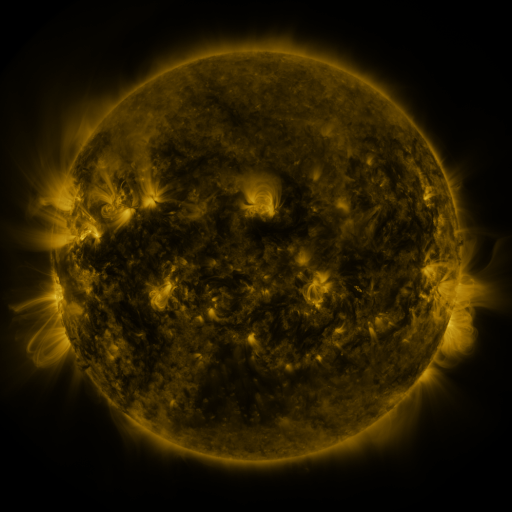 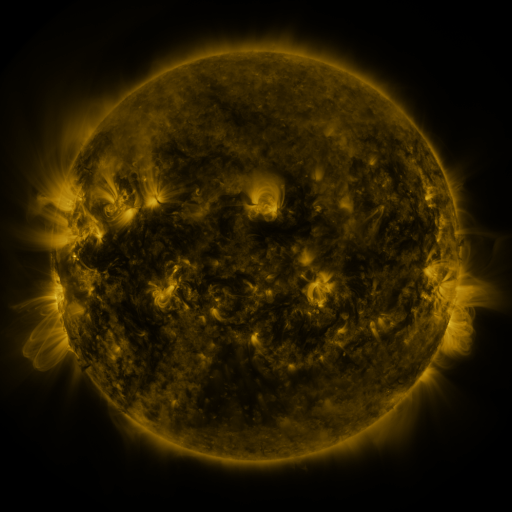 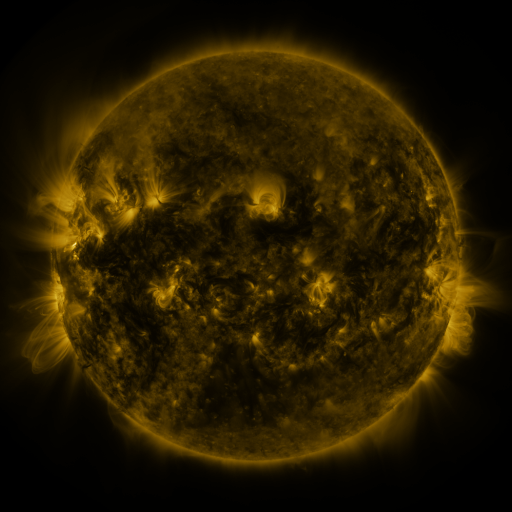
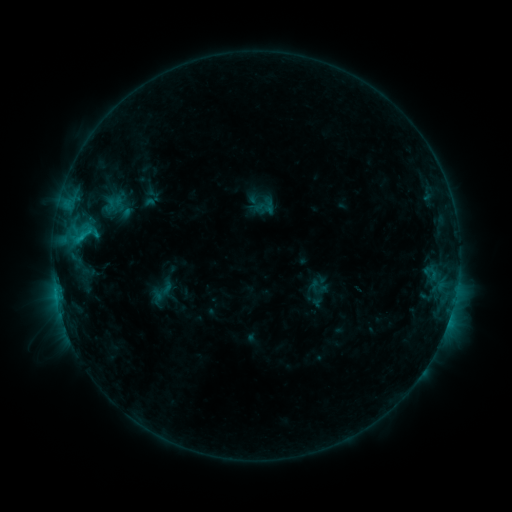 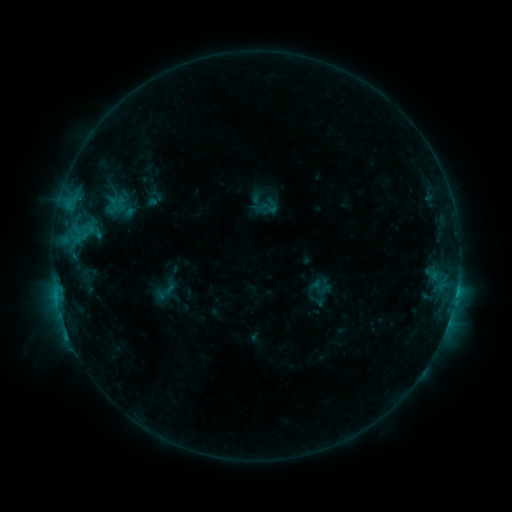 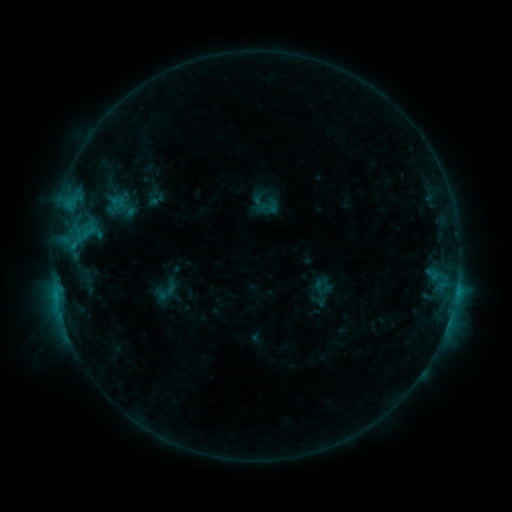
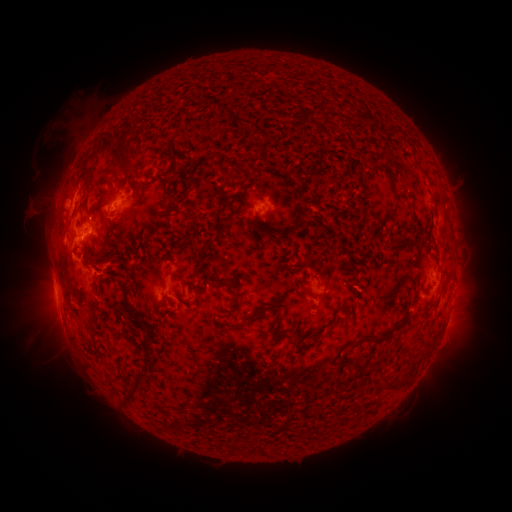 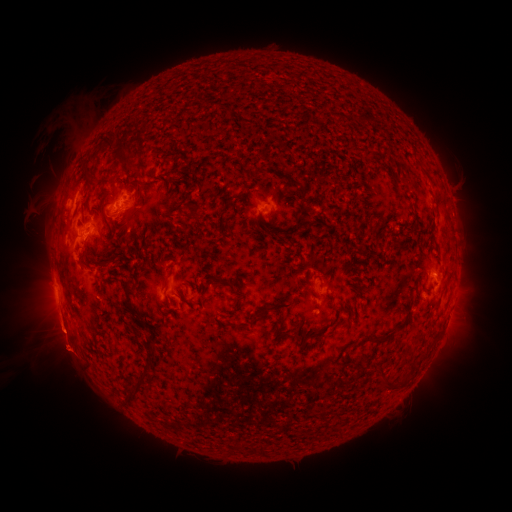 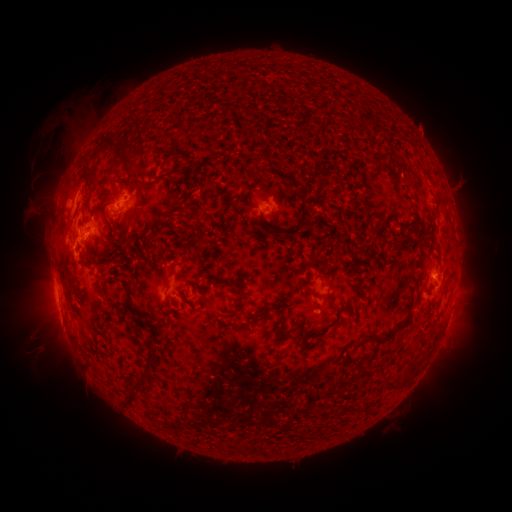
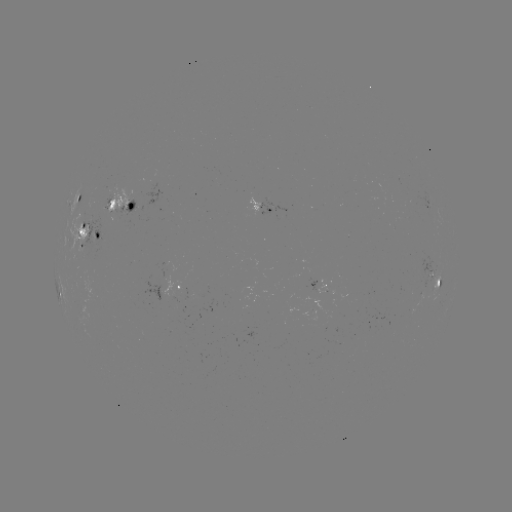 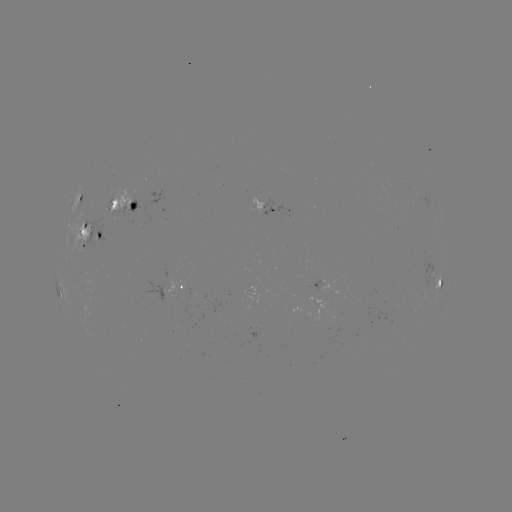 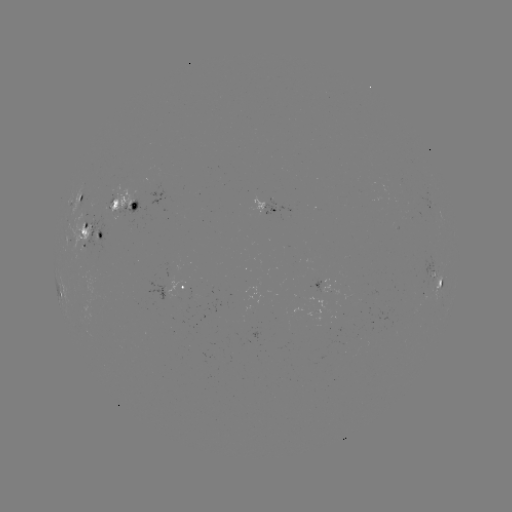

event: emerging-flux region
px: (192, 296)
